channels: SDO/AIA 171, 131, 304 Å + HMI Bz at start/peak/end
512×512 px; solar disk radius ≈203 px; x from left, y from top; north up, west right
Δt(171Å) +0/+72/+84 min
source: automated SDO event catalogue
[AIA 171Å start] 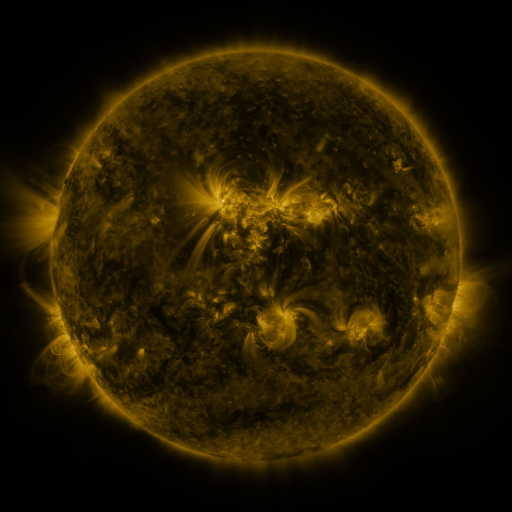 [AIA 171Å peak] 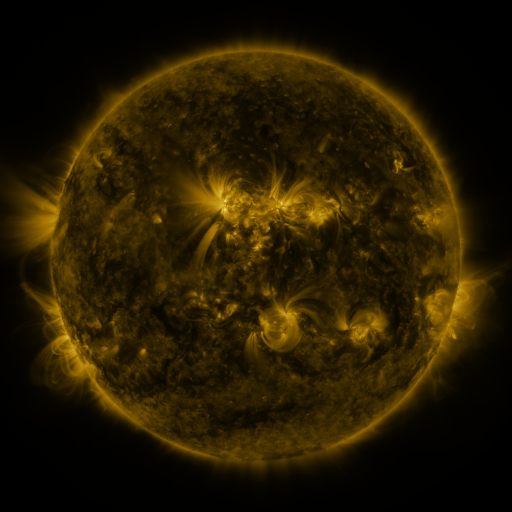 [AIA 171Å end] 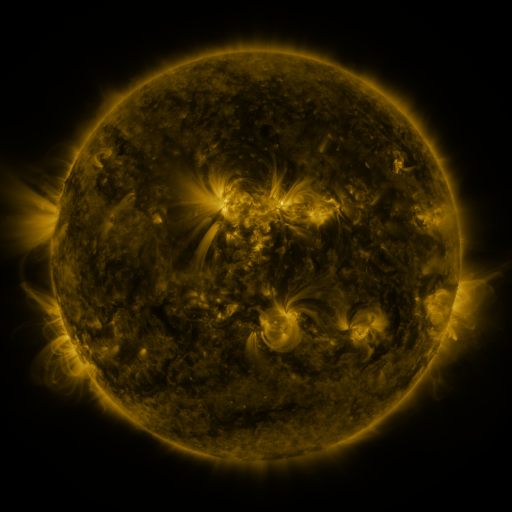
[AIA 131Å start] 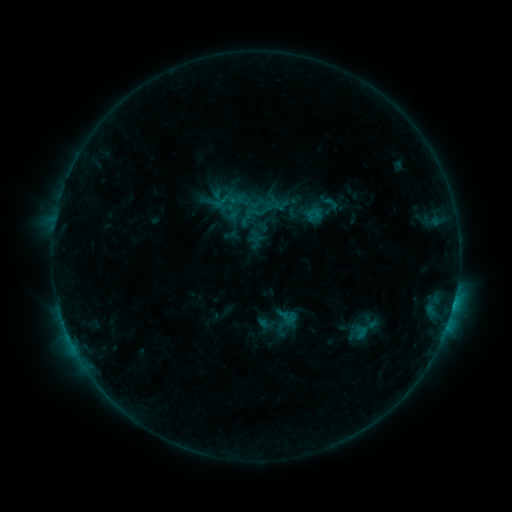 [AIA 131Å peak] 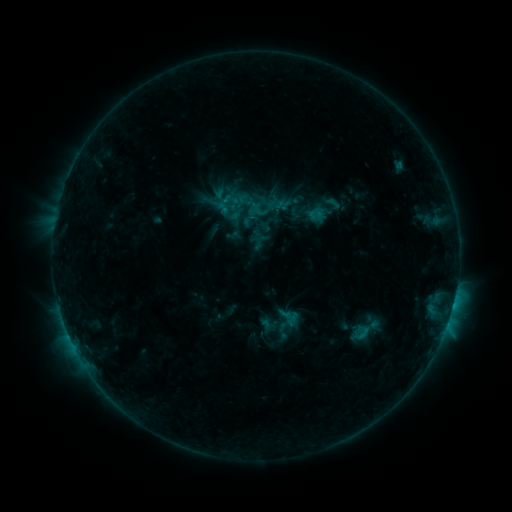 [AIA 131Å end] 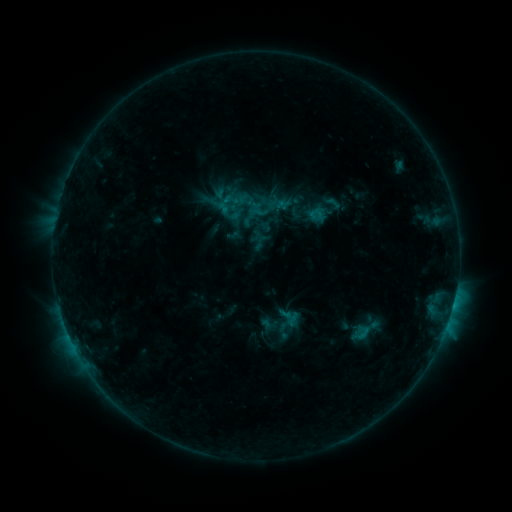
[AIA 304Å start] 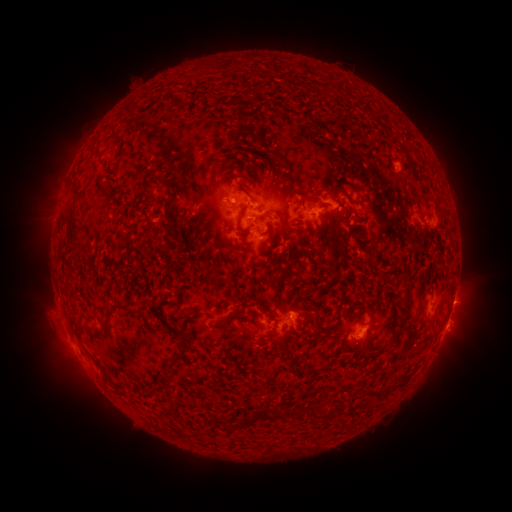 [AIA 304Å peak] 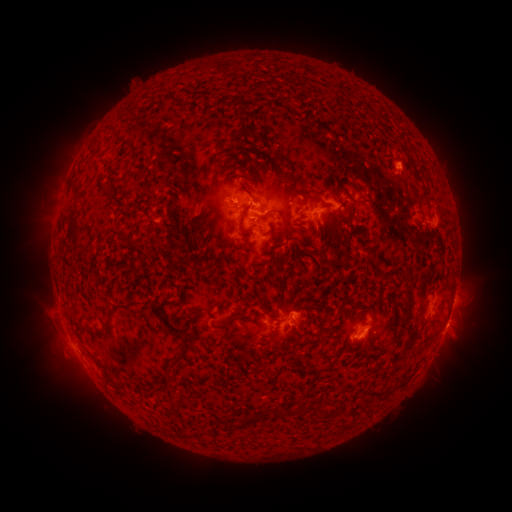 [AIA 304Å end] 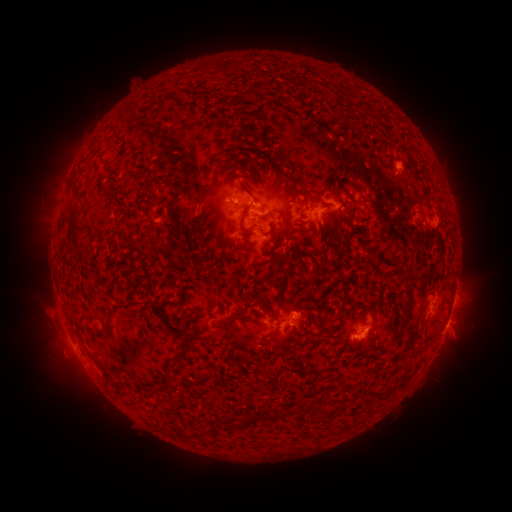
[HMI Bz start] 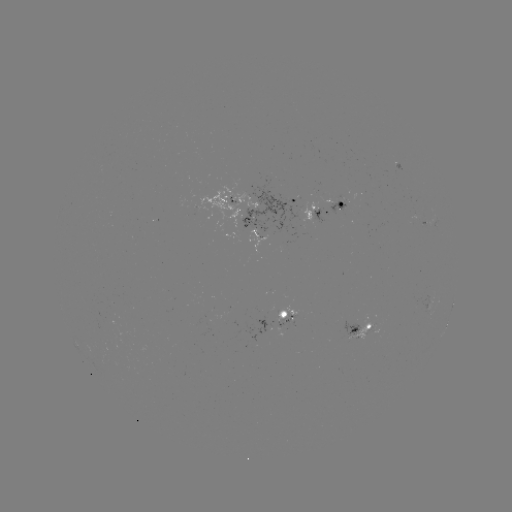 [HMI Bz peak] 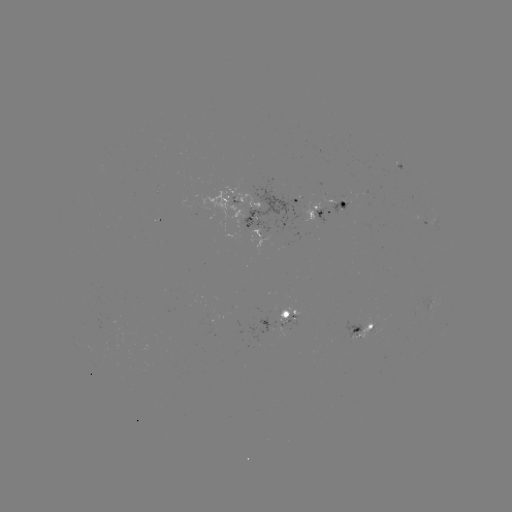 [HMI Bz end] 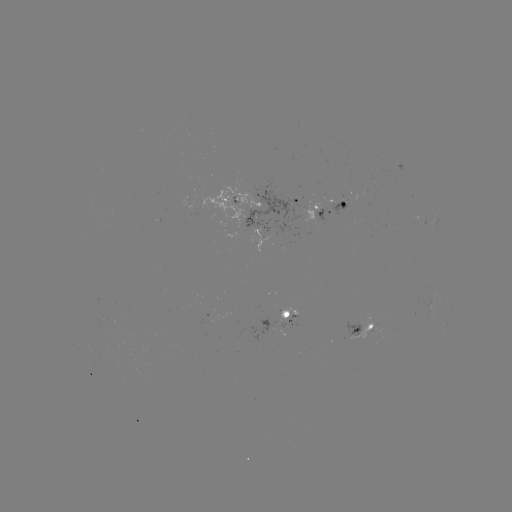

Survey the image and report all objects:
emerging-flux region: (397, 168)
